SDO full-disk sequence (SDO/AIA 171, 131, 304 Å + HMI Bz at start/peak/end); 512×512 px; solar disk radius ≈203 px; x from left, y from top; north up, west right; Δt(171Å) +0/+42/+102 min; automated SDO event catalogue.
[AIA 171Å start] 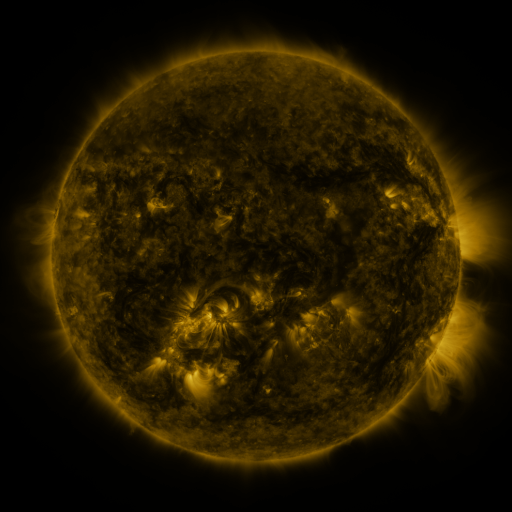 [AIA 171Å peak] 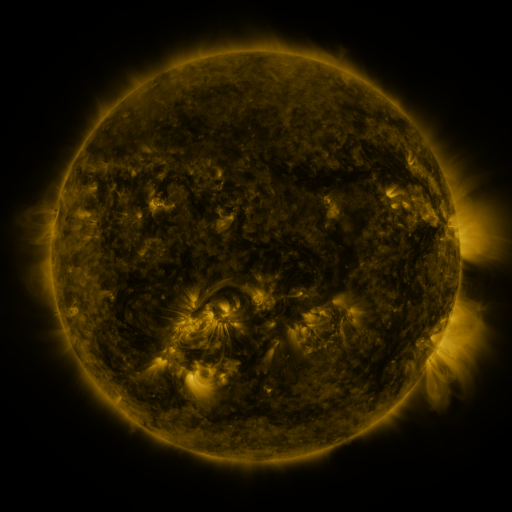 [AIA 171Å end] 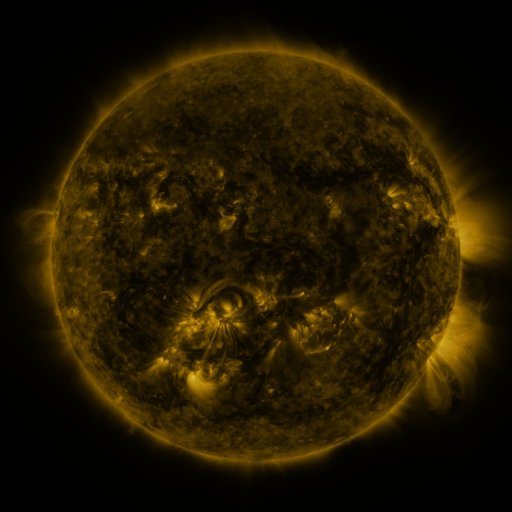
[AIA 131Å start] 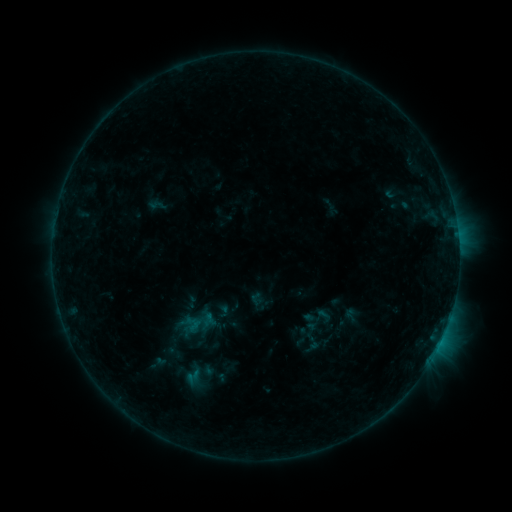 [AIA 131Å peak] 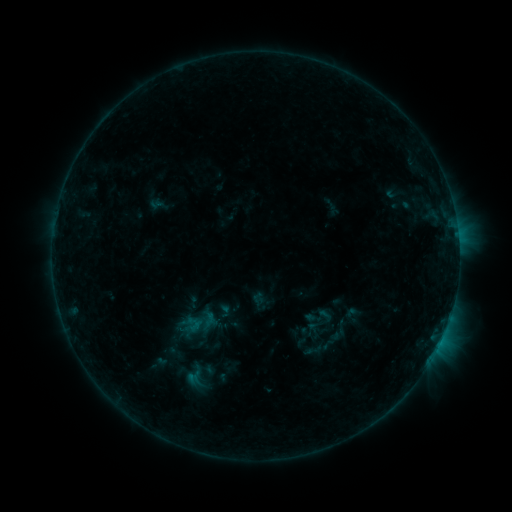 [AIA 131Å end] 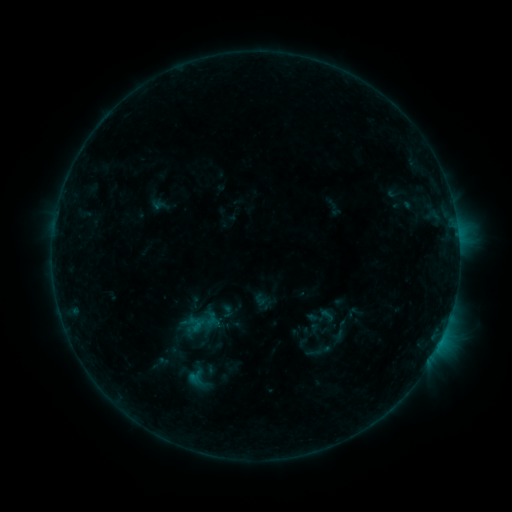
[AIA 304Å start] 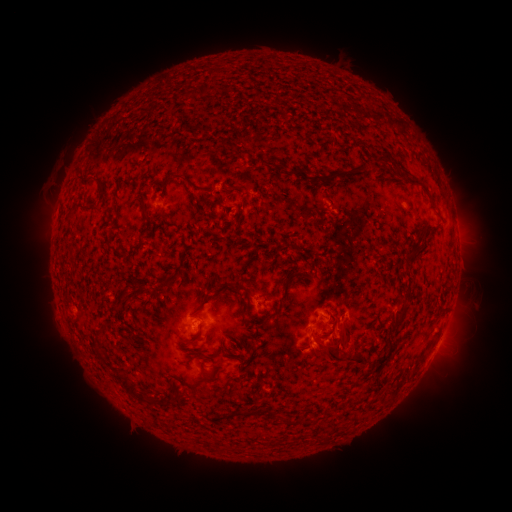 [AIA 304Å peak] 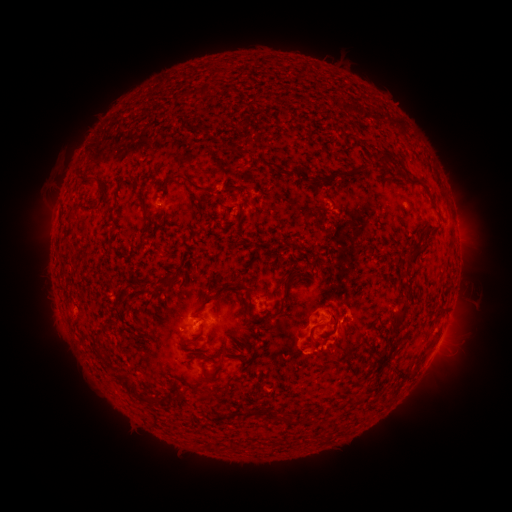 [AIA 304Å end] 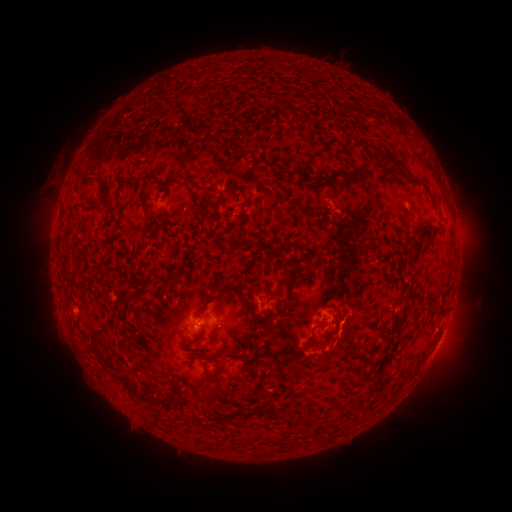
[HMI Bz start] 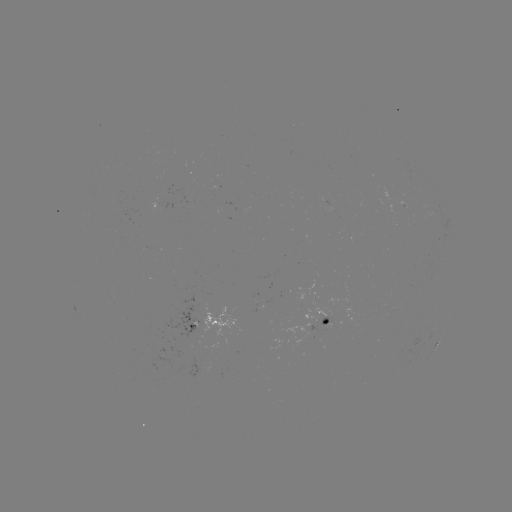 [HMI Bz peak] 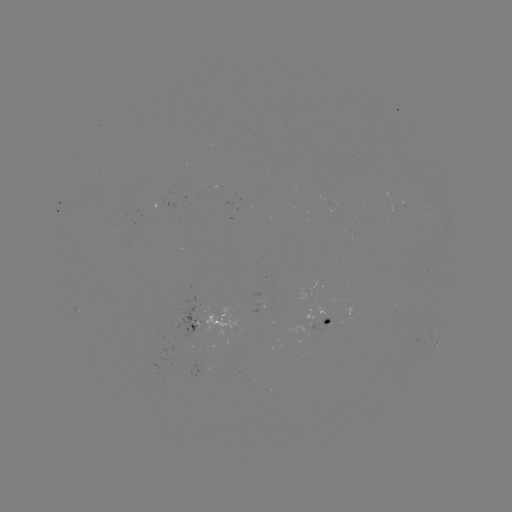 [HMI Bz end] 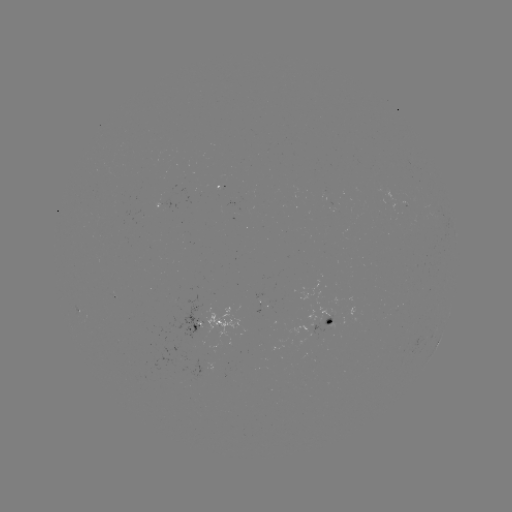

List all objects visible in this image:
B4.3 flare: (333, 336)
